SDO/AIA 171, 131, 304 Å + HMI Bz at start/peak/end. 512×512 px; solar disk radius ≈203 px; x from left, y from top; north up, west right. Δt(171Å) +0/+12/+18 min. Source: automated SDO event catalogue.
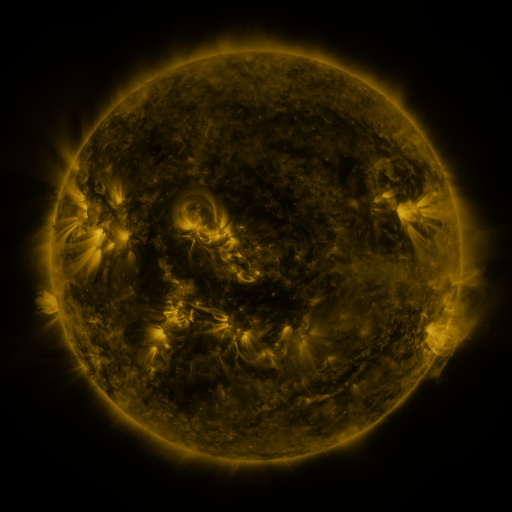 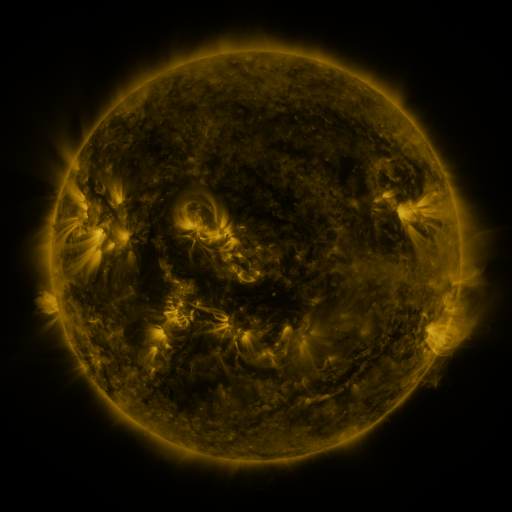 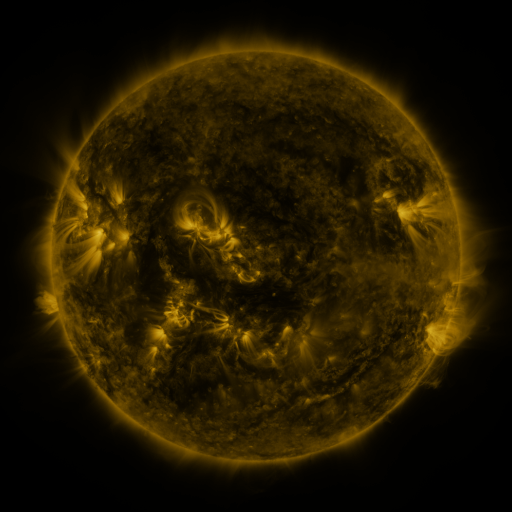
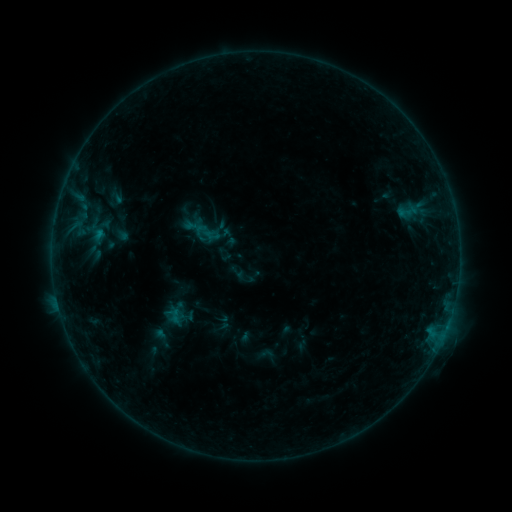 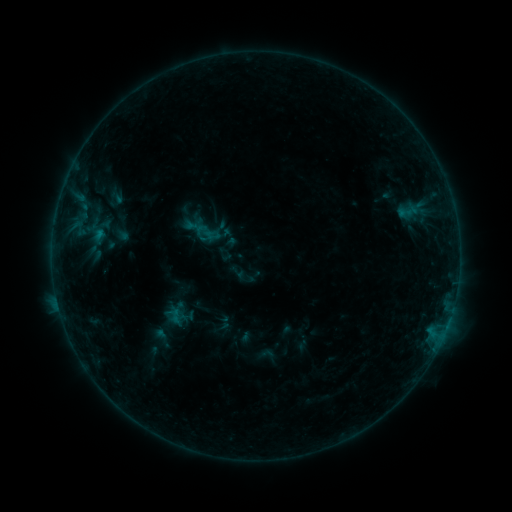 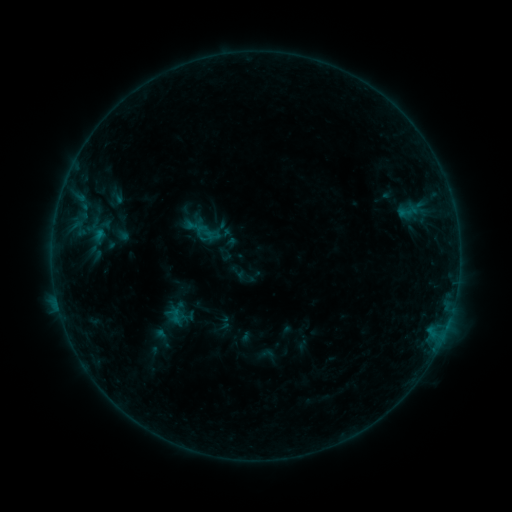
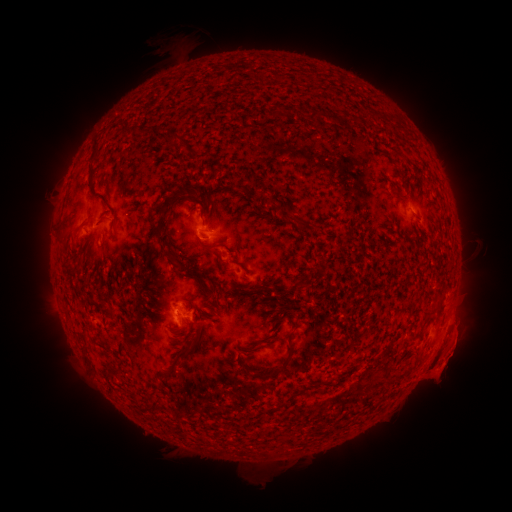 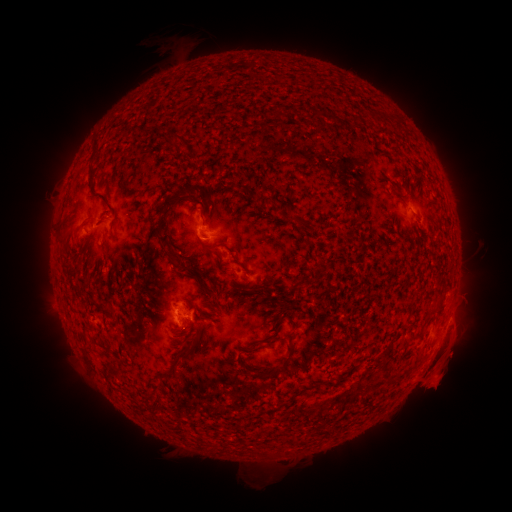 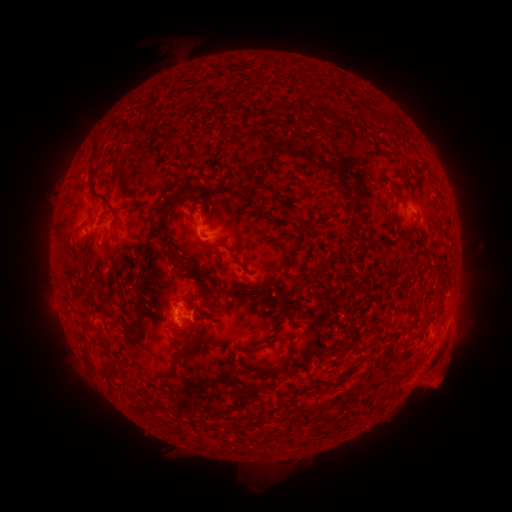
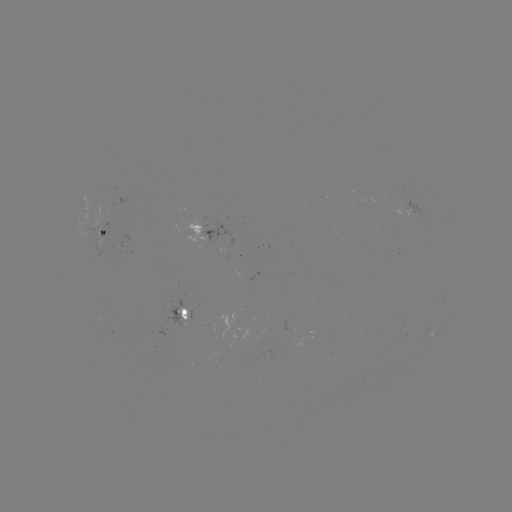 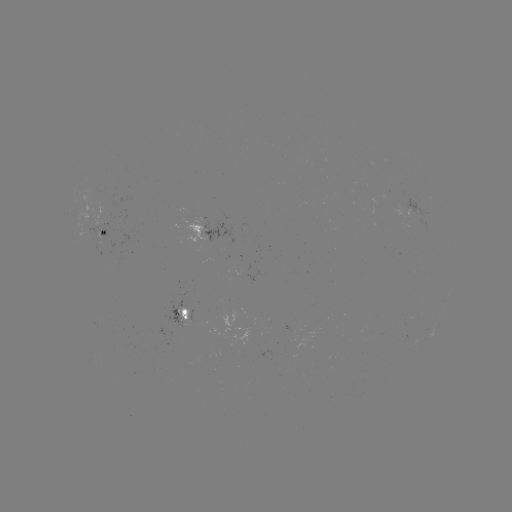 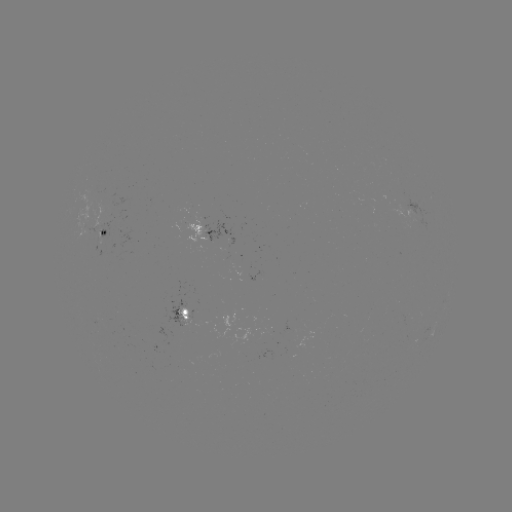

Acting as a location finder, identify eruption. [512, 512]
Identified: (442, 372).